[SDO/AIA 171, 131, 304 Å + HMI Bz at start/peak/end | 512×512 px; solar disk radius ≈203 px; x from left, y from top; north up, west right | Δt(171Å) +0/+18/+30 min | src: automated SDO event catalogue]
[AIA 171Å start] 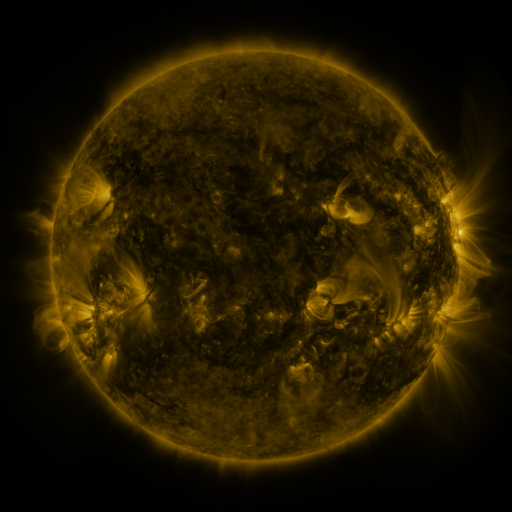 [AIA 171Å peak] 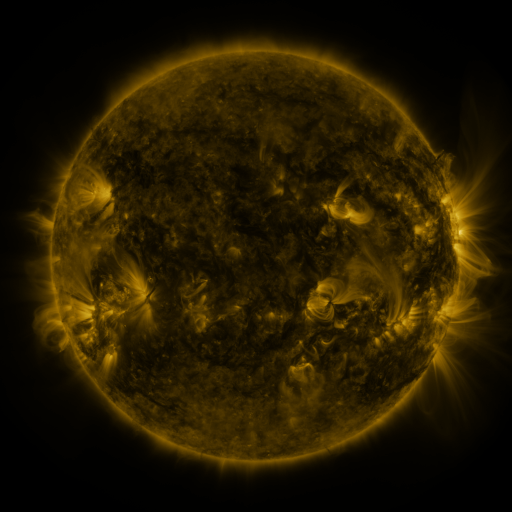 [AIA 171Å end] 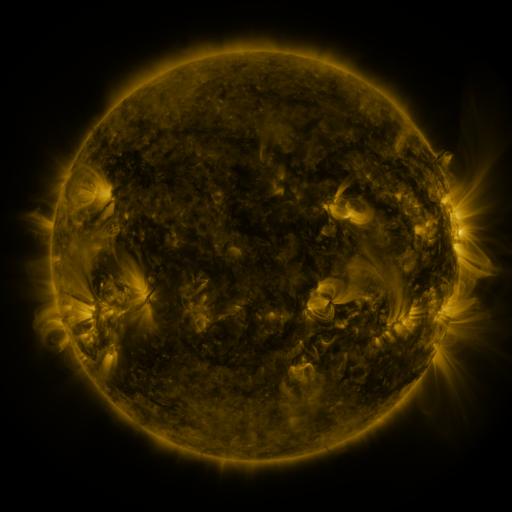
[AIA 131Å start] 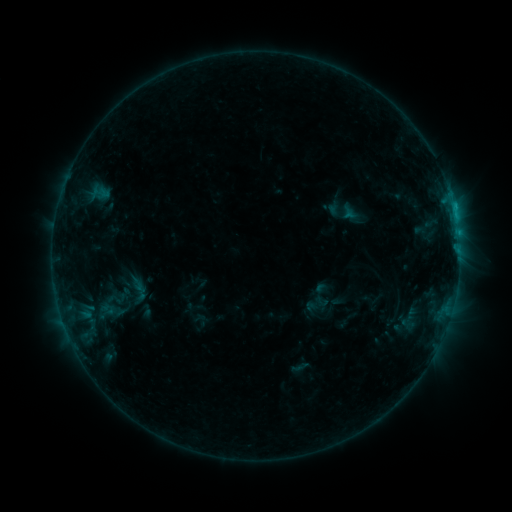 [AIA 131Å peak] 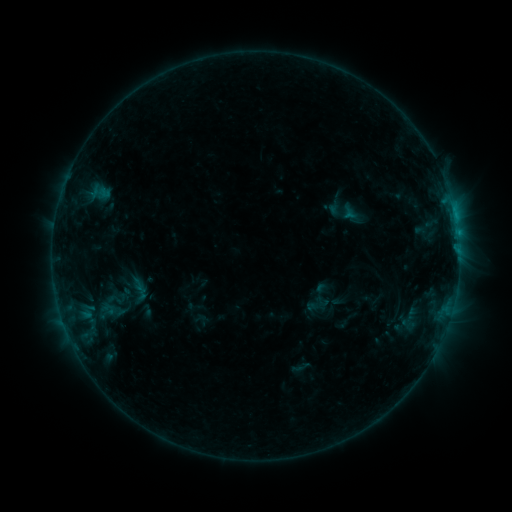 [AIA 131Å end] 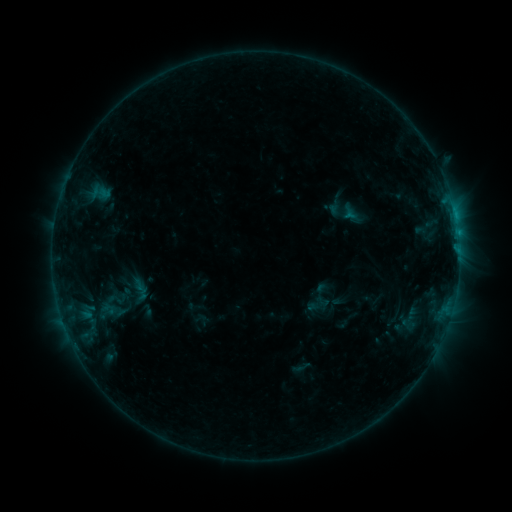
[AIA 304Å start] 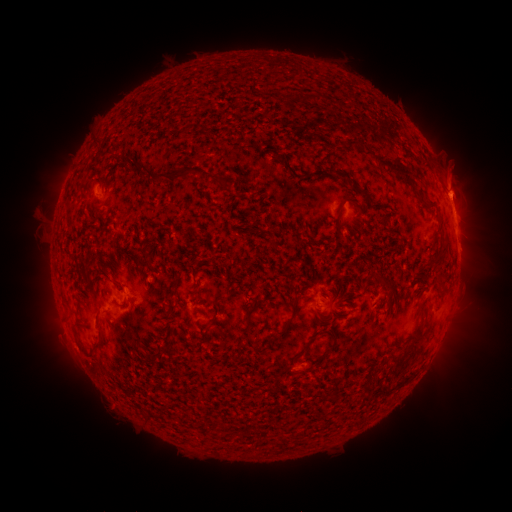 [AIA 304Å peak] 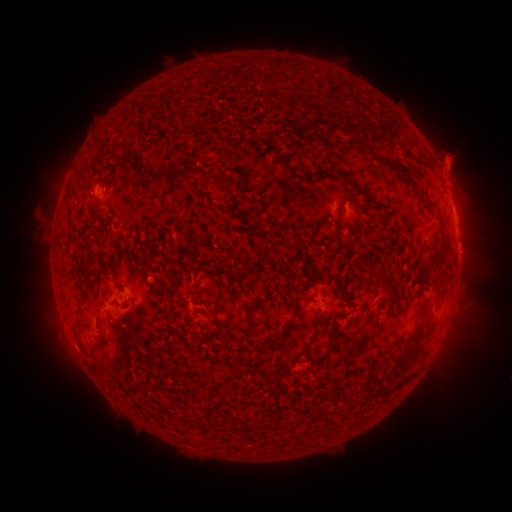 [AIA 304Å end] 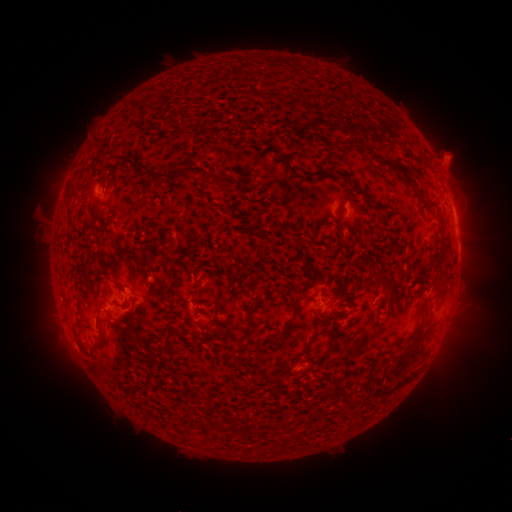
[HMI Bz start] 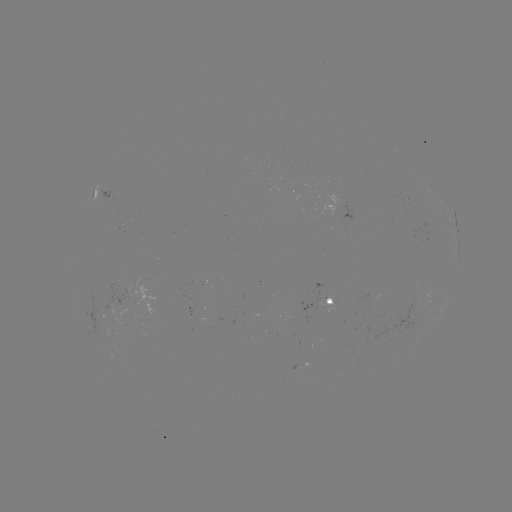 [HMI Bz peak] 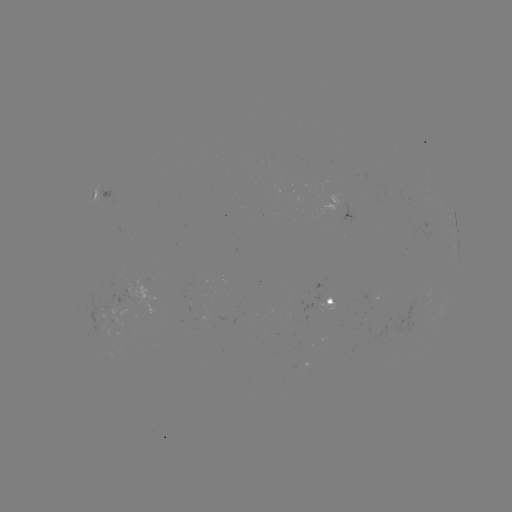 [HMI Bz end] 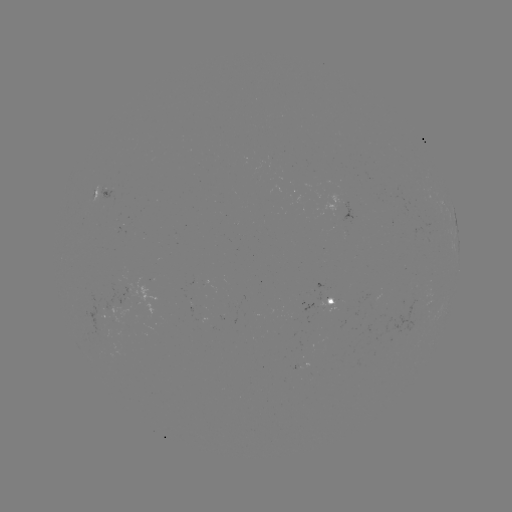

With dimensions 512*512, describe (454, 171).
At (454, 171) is eruption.